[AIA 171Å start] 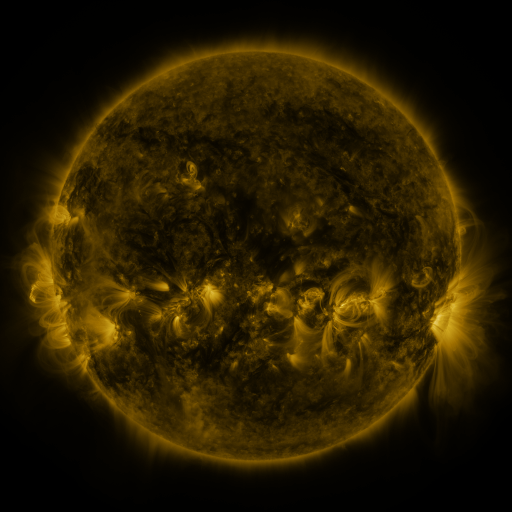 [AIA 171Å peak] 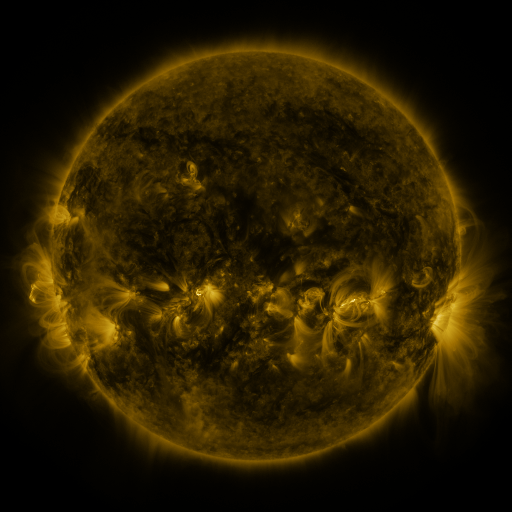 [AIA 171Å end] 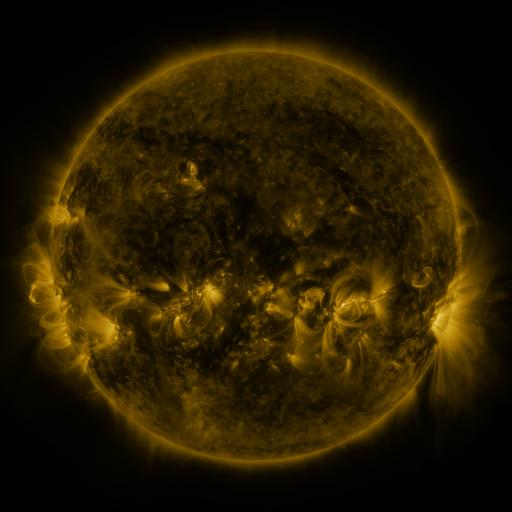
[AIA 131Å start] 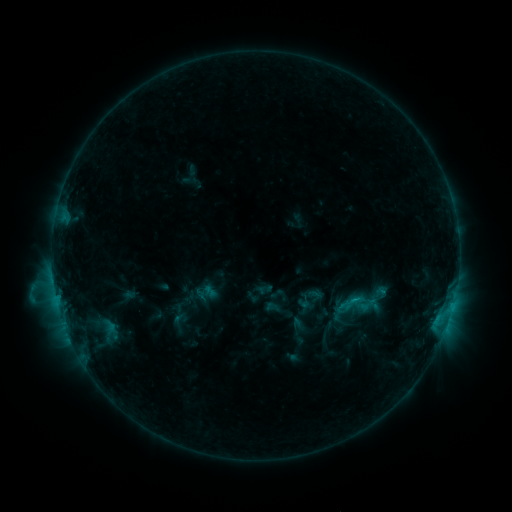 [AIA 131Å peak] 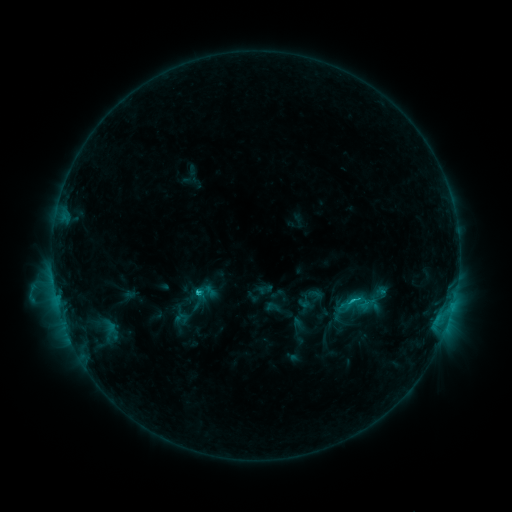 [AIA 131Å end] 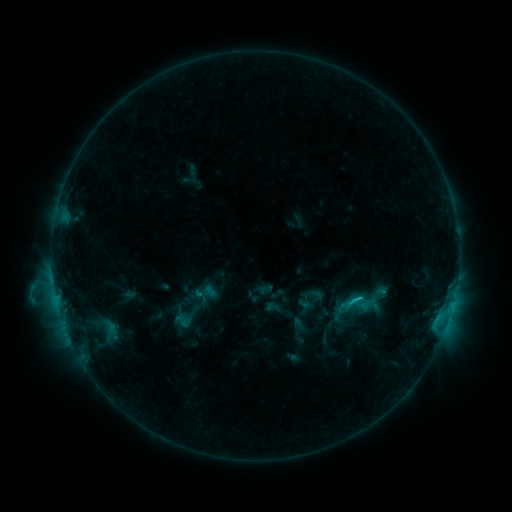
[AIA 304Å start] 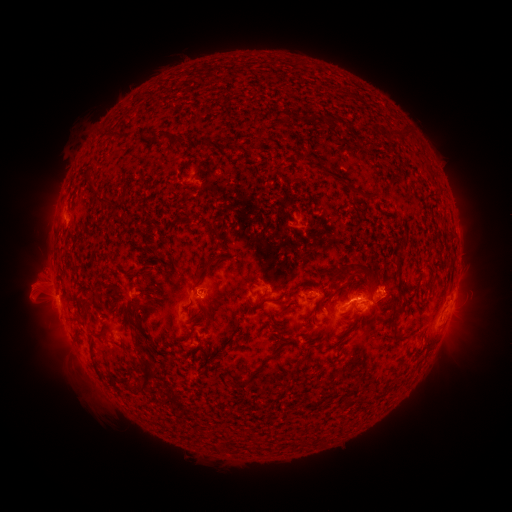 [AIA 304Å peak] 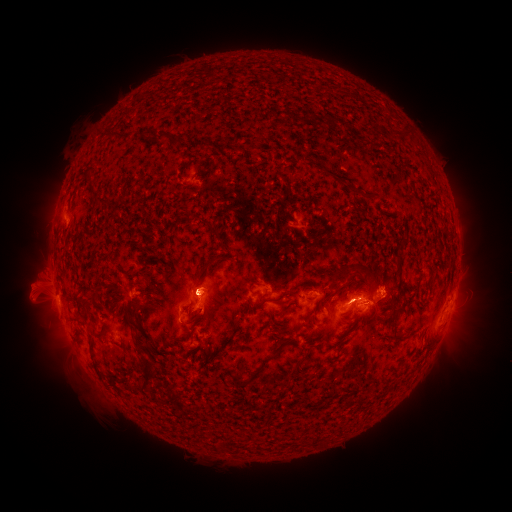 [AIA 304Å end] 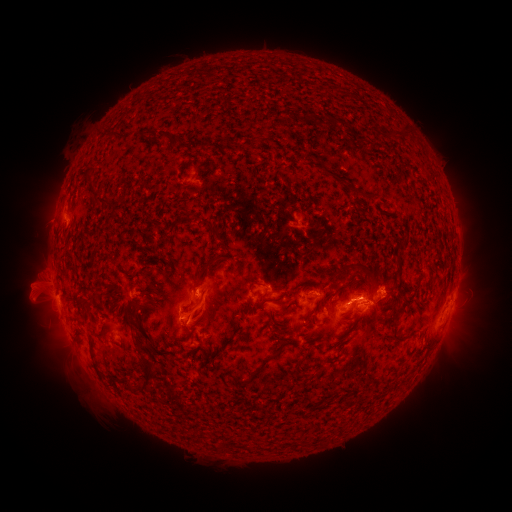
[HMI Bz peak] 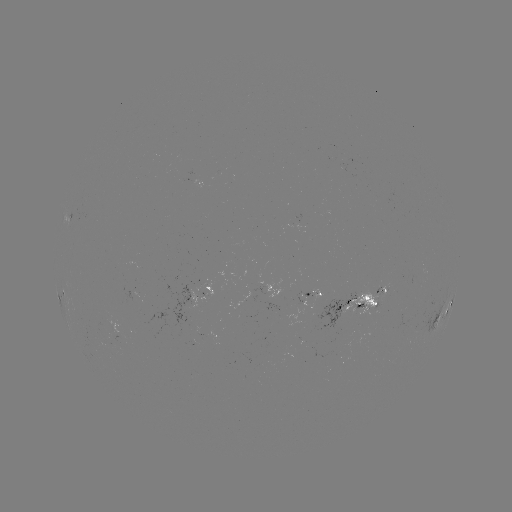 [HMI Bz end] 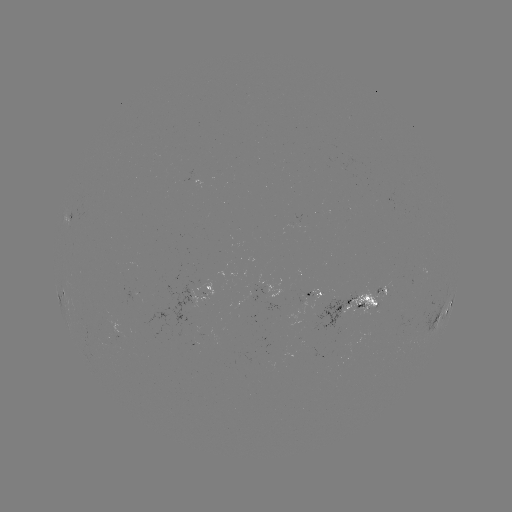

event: flare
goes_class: C2.0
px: (201, 291)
